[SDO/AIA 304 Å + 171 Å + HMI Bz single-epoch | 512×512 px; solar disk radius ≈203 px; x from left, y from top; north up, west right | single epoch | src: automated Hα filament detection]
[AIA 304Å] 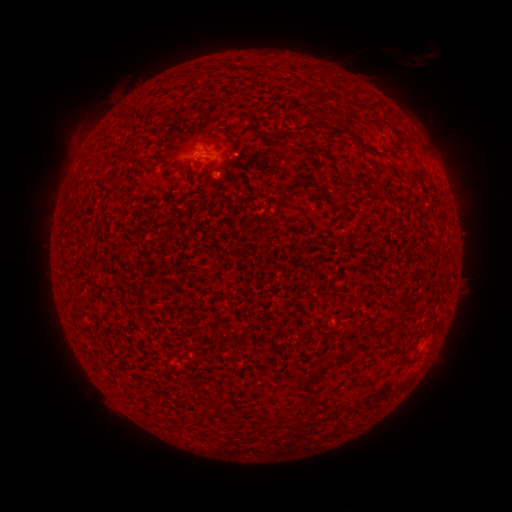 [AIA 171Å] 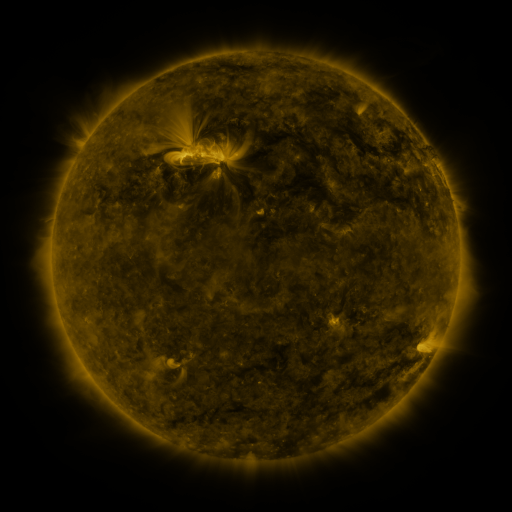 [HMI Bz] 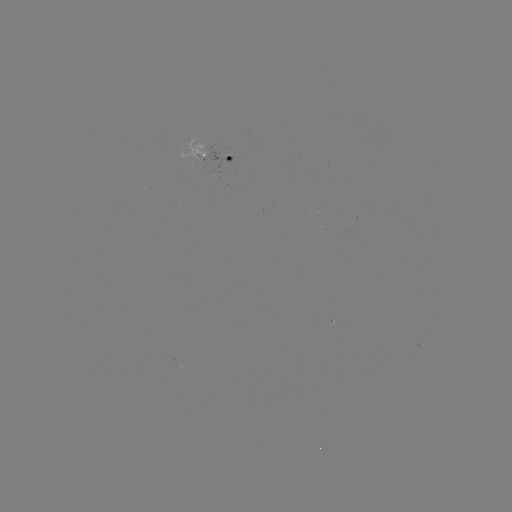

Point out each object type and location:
filament: [334, 127, 386, 158]
filament: [274, 130, 297, 138]
filament: [231, 144, 242, 154]
filament: [291, 181, 304, 191]
filament: [271, 189, 291, 218]
filament: [190, 323, 205, 331]
filament: [374, 371, 385, 380]
filament: [214, 407, 223, 416]
filament: [279, 409, 289, 422]
